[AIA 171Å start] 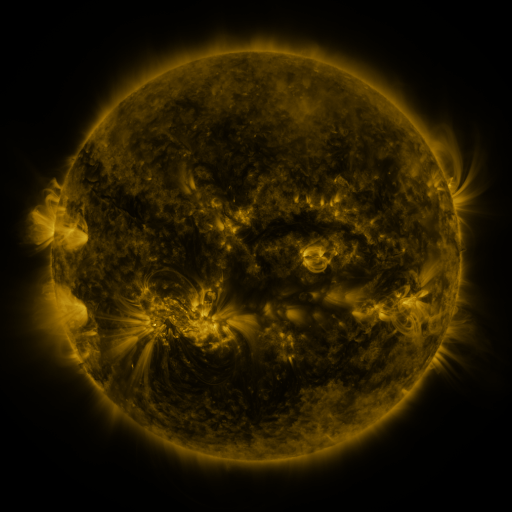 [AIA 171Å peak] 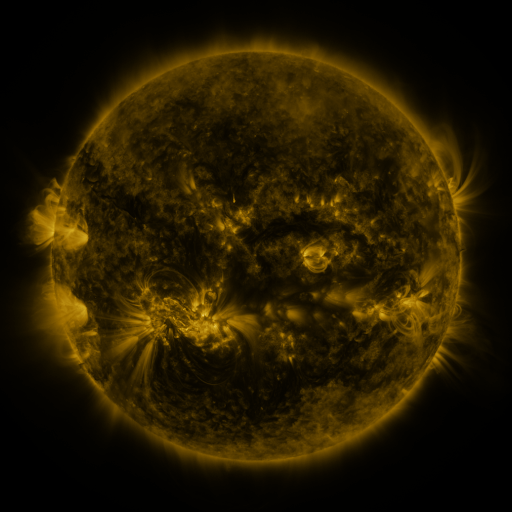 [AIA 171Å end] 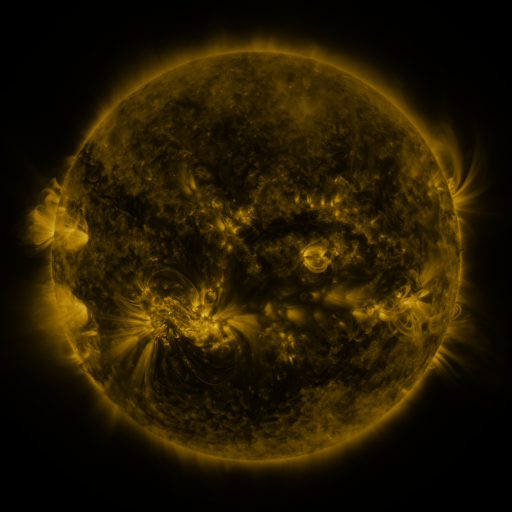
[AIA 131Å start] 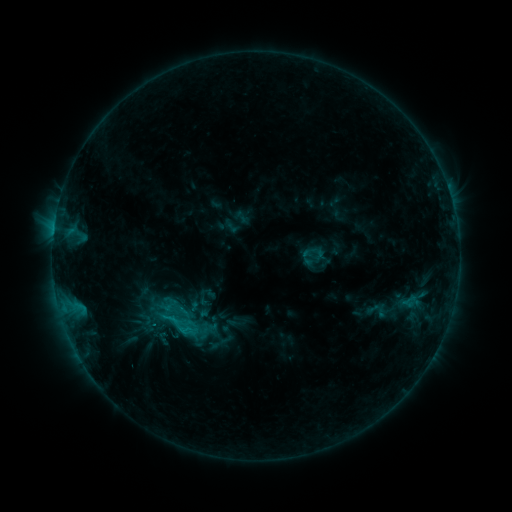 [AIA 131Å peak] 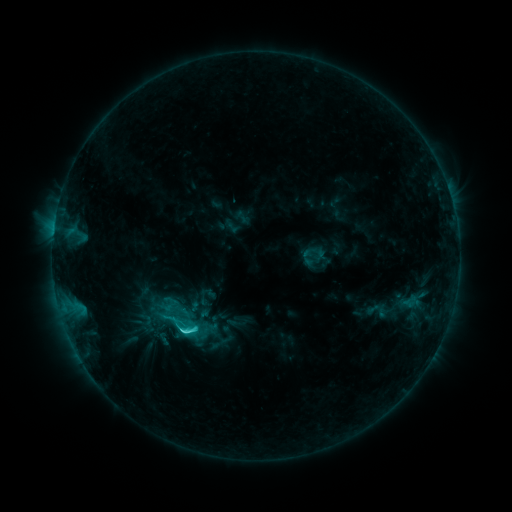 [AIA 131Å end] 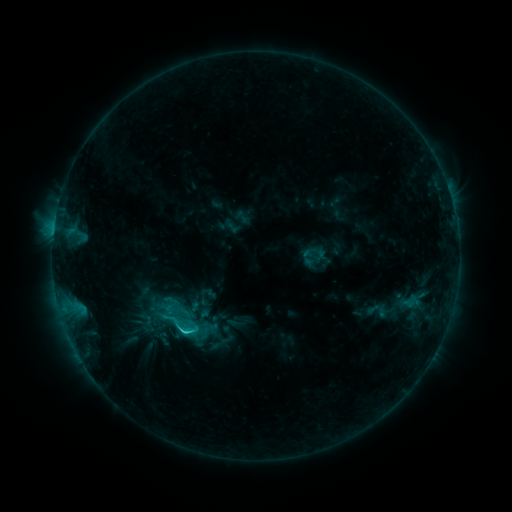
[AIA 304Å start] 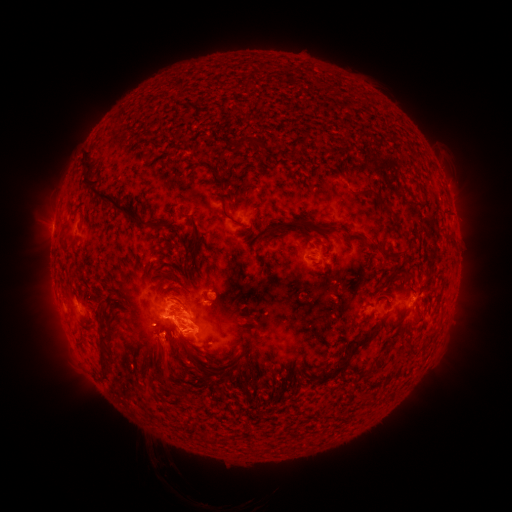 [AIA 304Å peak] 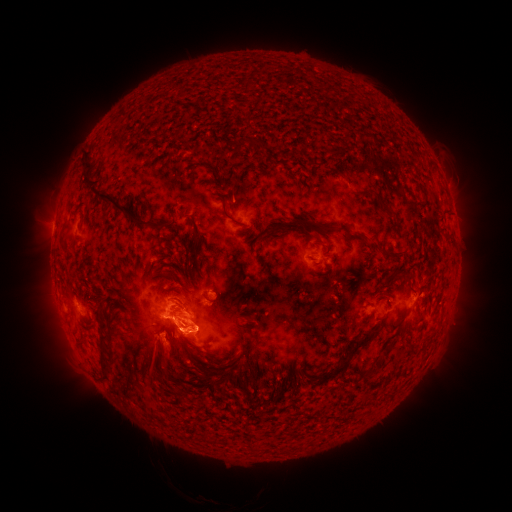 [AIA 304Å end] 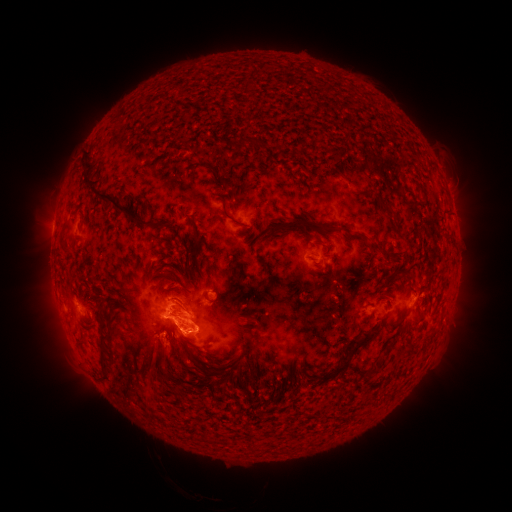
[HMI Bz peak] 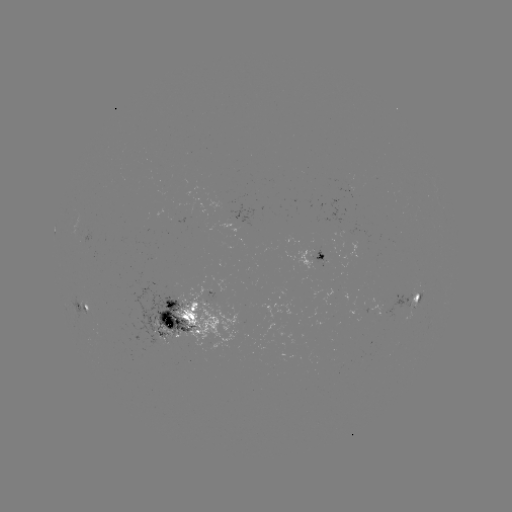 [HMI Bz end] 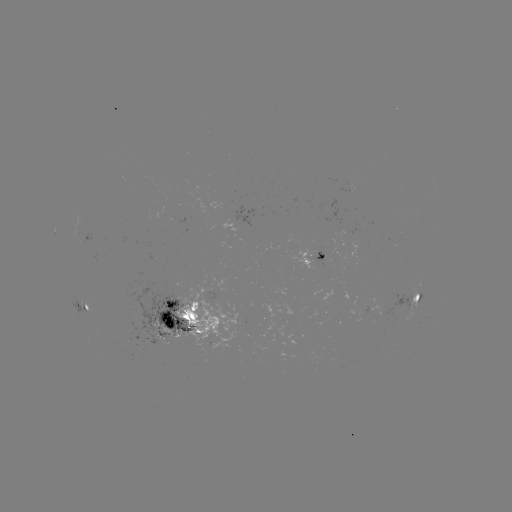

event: flare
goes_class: C3.4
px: (185, 329)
